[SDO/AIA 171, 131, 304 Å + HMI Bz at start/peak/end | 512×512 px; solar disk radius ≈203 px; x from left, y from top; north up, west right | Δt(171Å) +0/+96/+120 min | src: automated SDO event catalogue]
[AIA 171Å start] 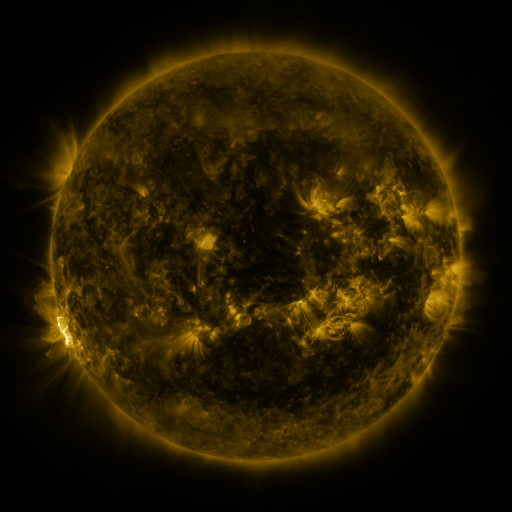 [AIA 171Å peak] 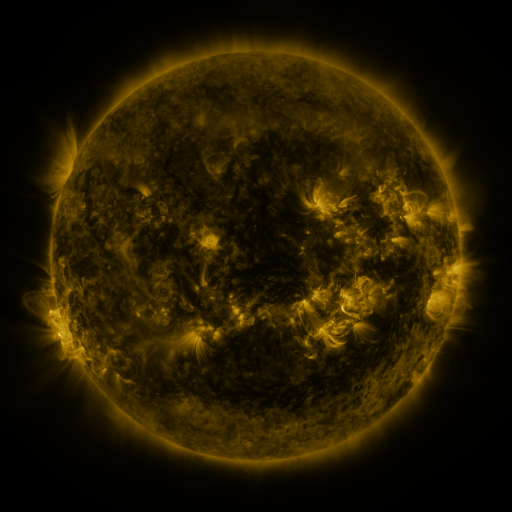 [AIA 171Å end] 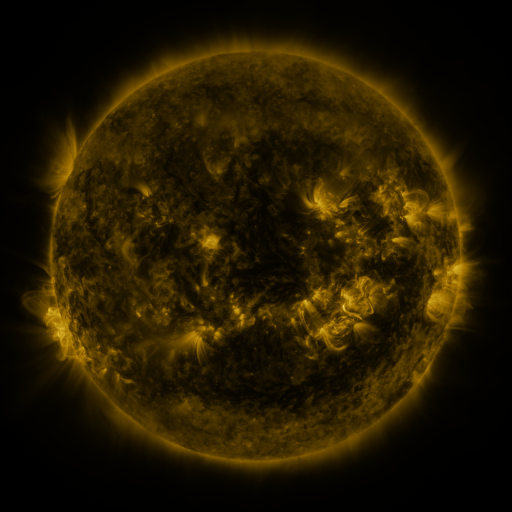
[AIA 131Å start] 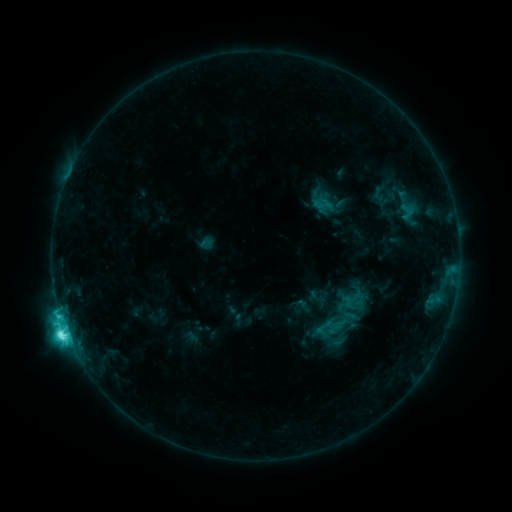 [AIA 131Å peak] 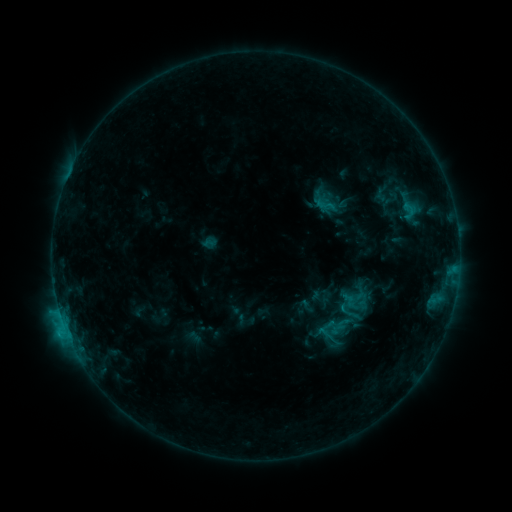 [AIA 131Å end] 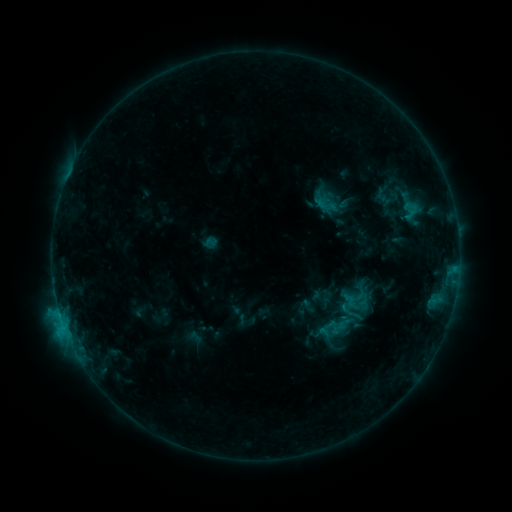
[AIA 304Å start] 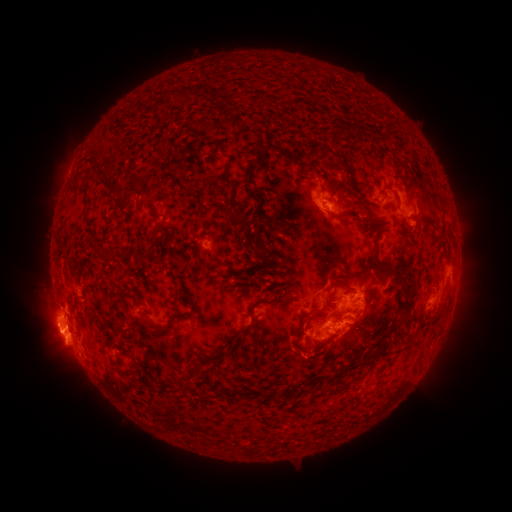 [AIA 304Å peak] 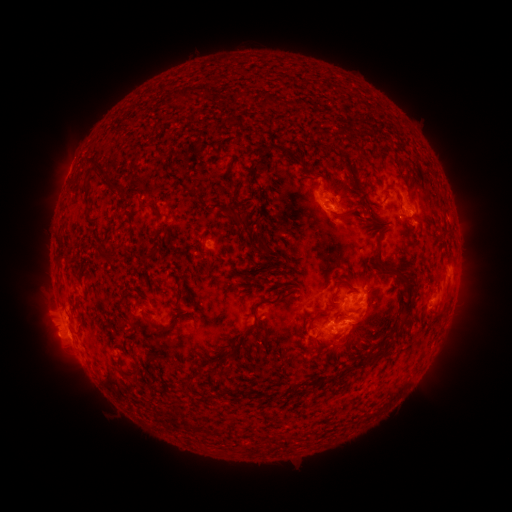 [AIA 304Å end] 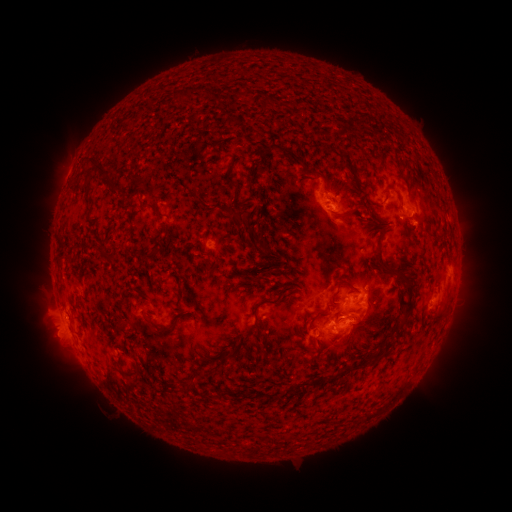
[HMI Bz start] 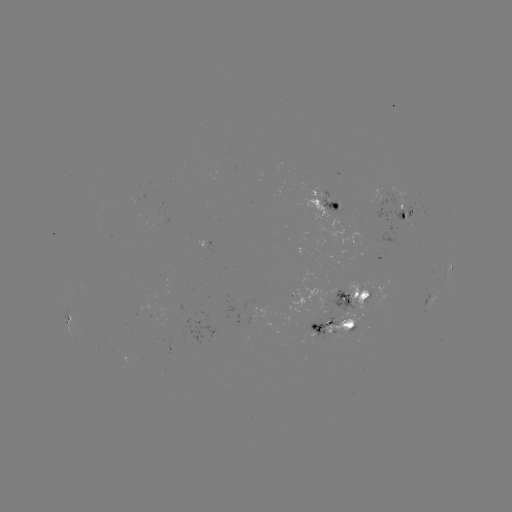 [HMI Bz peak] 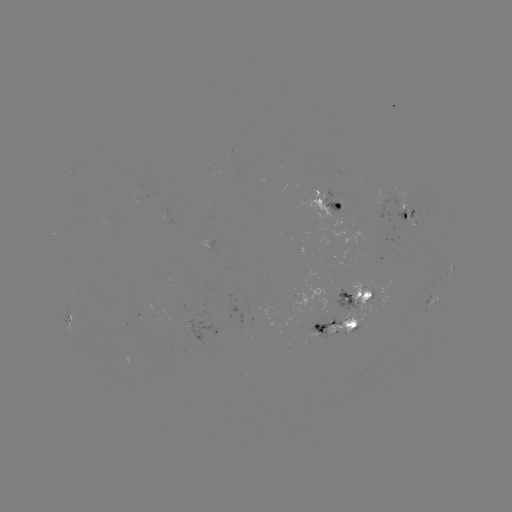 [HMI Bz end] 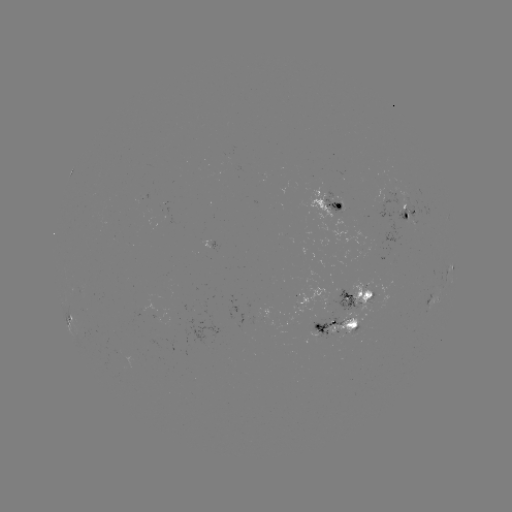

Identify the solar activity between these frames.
emerging-flux region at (402, 207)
